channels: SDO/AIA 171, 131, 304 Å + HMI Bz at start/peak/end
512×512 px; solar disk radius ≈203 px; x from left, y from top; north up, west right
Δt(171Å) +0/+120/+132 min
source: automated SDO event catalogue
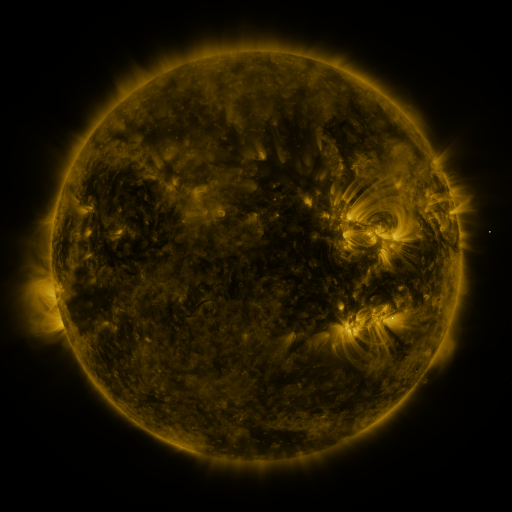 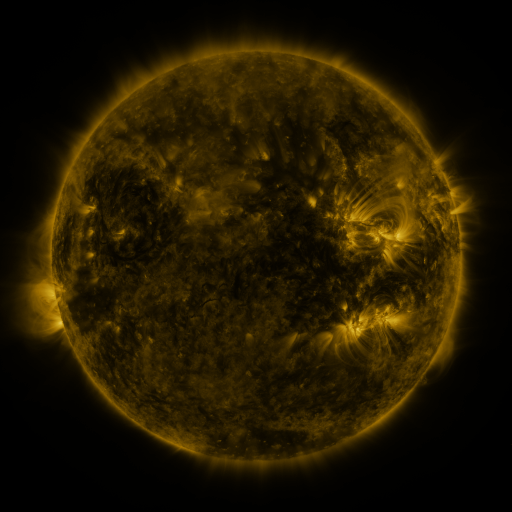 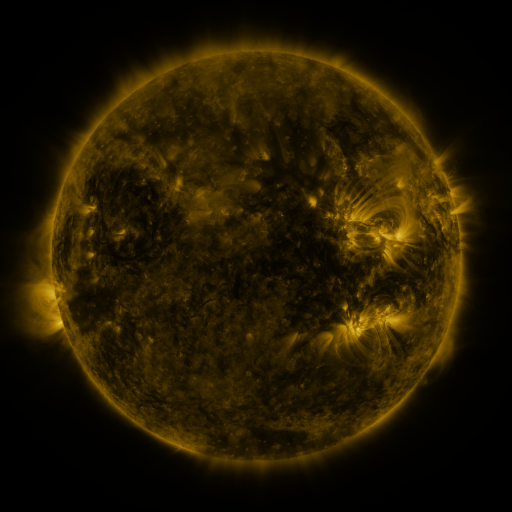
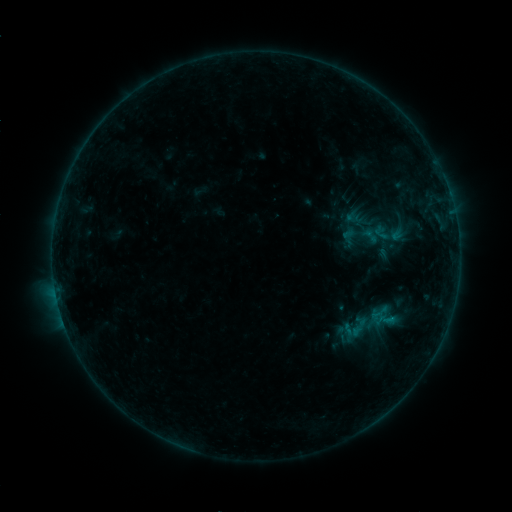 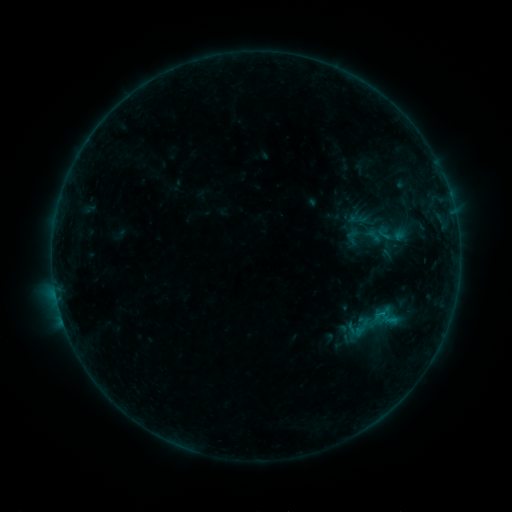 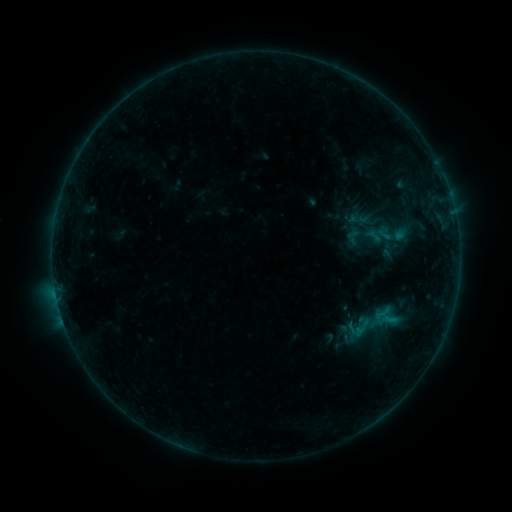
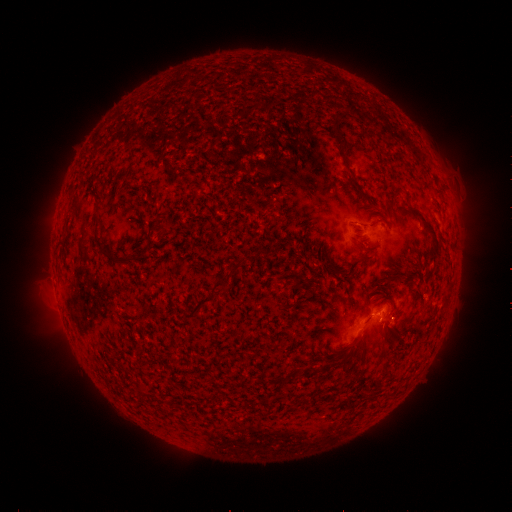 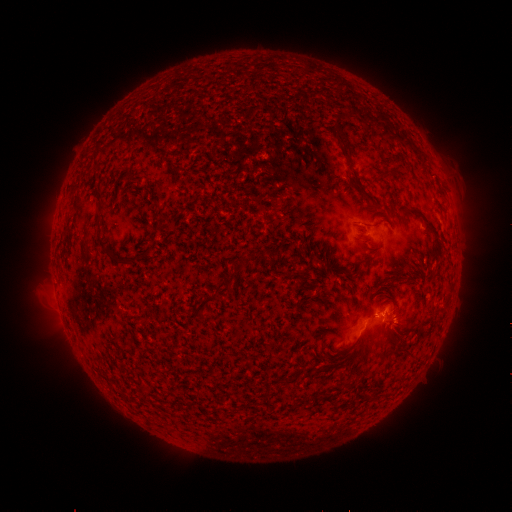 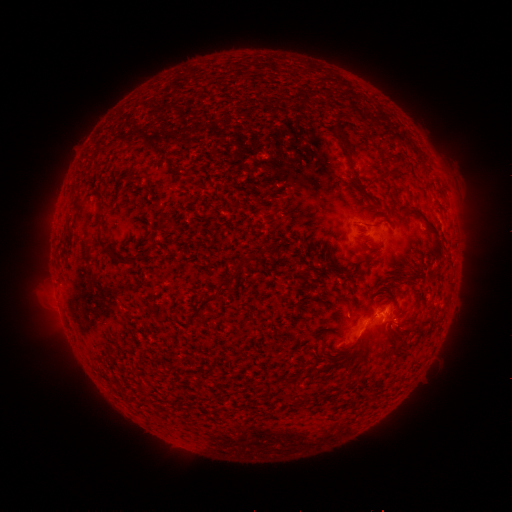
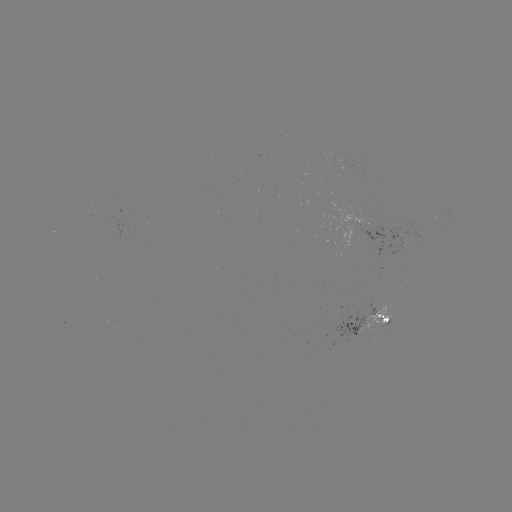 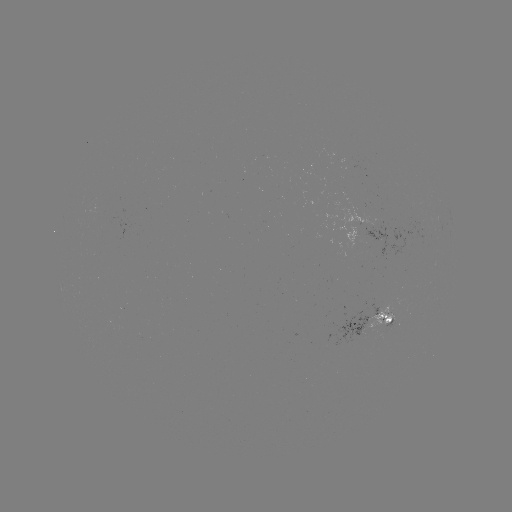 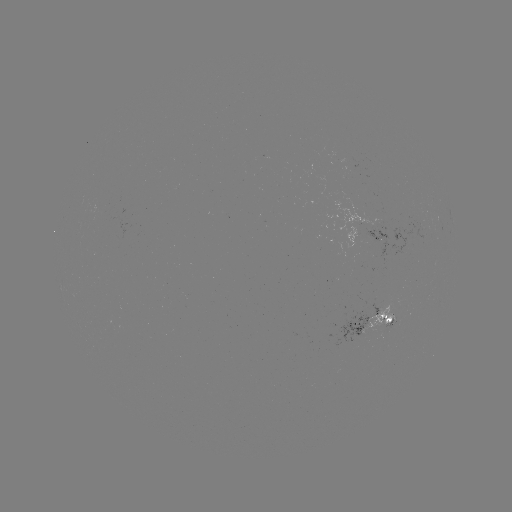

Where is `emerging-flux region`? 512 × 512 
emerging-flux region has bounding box [361, 304, 395, 336].